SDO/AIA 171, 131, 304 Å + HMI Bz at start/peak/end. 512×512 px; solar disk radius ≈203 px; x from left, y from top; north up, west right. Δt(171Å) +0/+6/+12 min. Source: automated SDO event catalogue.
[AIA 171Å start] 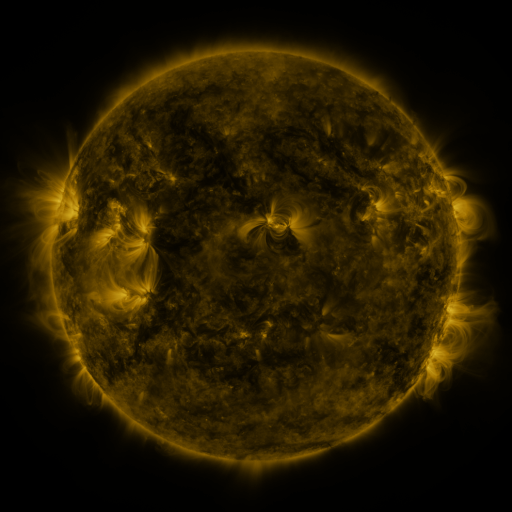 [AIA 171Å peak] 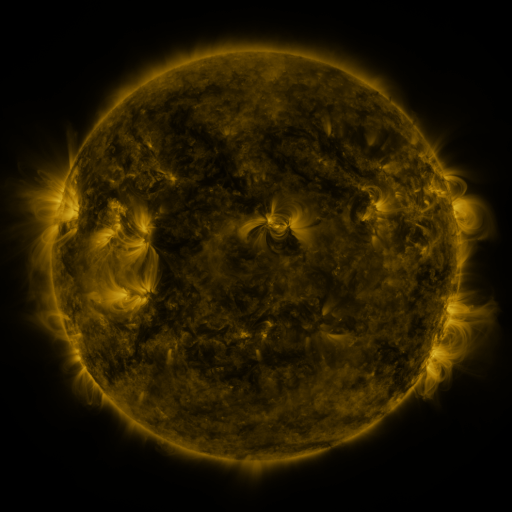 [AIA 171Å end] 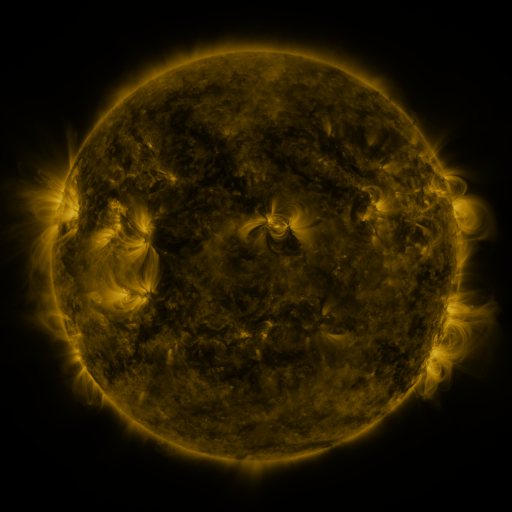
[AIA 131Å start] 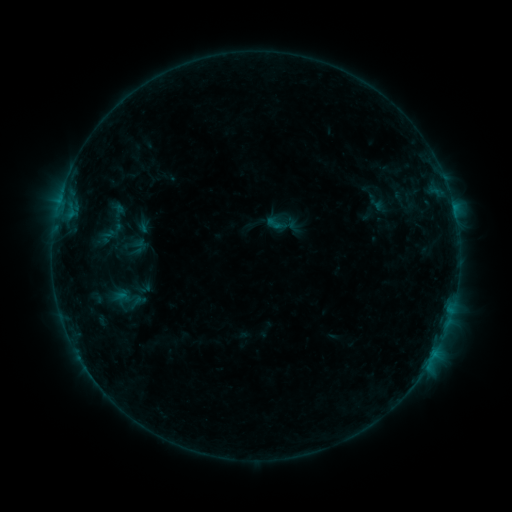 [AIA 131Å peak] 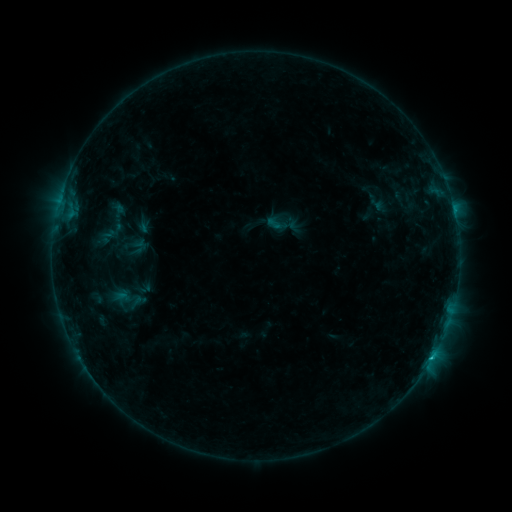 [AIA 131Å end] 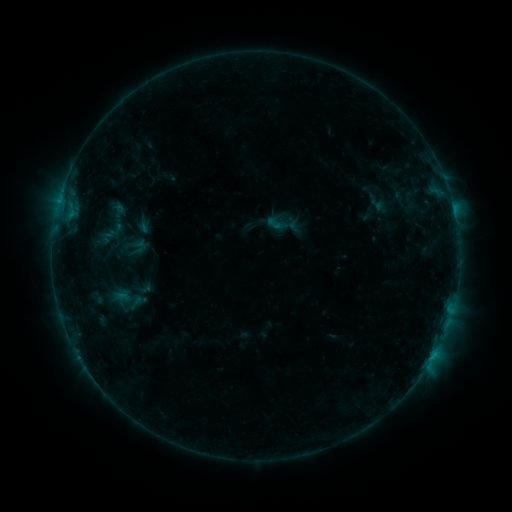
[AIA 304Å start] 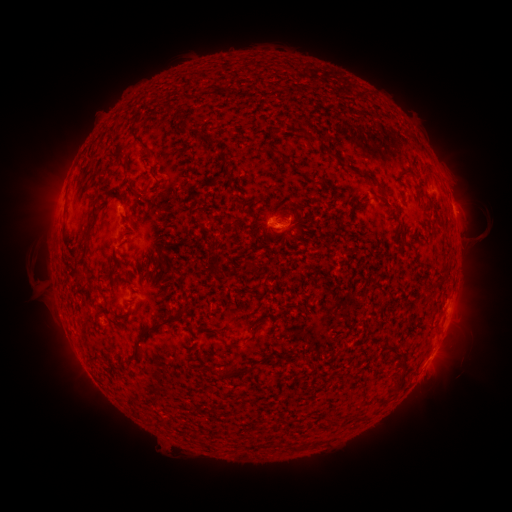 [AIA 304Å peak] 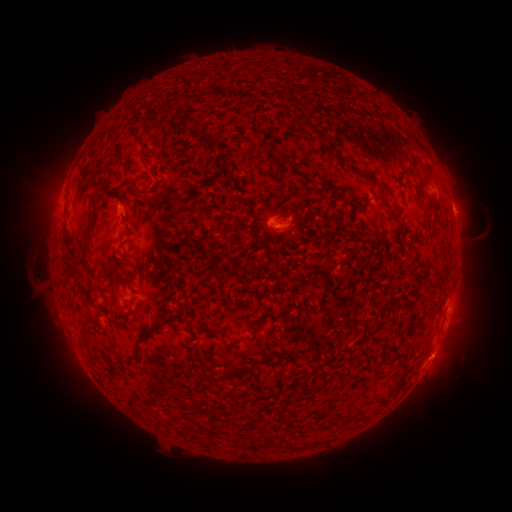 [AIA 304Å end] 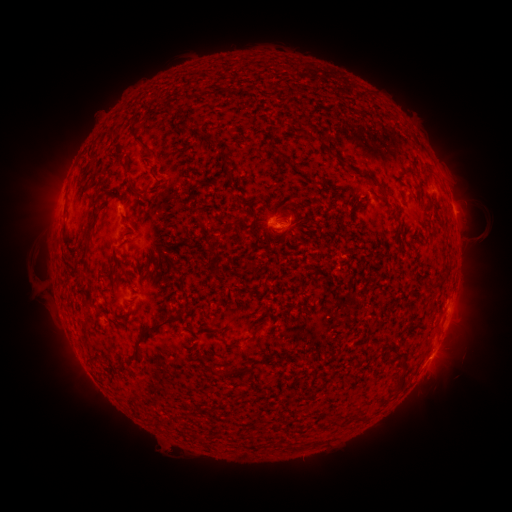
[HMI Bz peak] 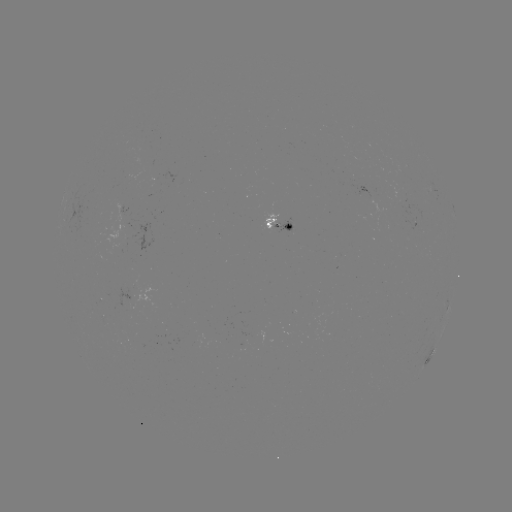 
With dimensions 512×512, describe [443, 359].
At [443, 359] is eruption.